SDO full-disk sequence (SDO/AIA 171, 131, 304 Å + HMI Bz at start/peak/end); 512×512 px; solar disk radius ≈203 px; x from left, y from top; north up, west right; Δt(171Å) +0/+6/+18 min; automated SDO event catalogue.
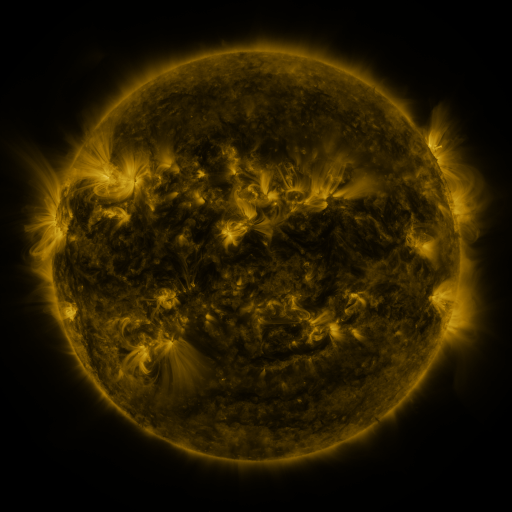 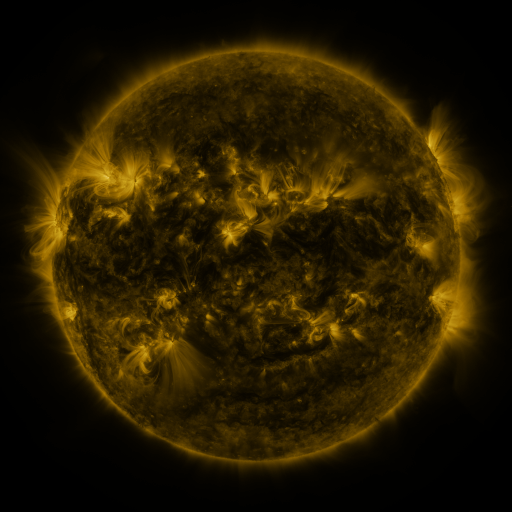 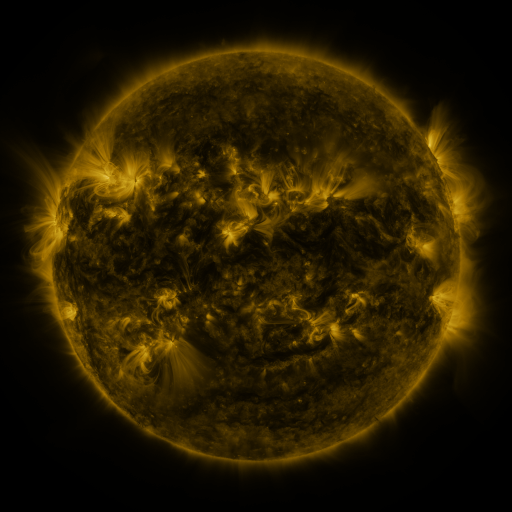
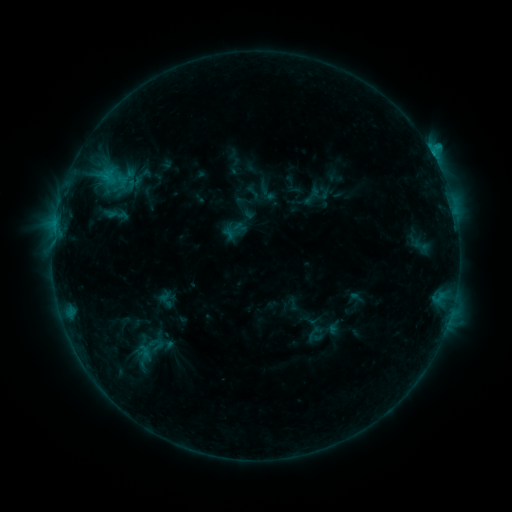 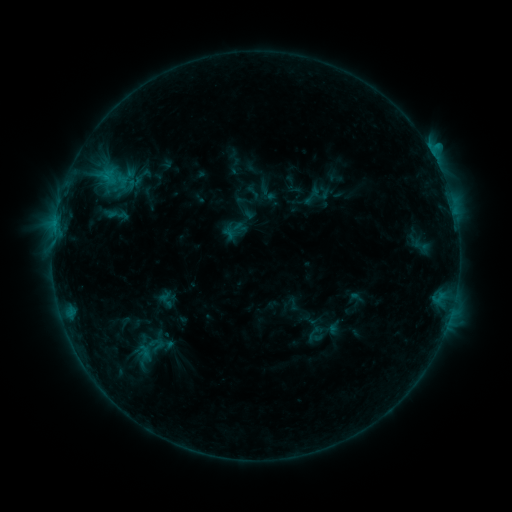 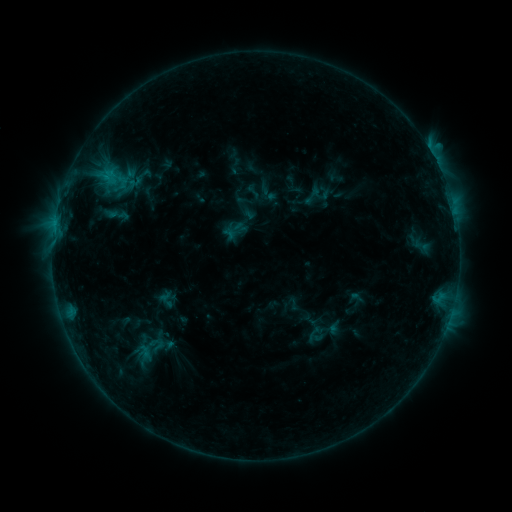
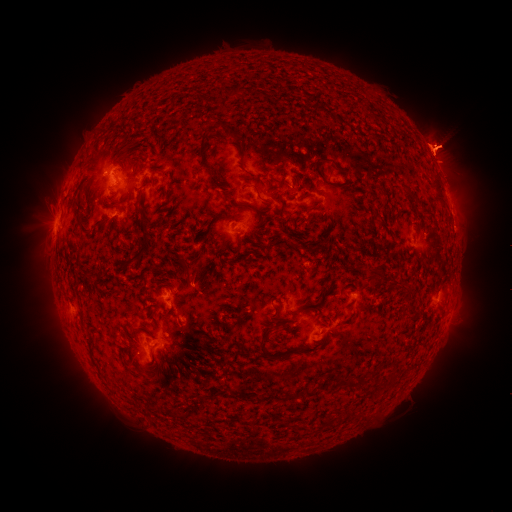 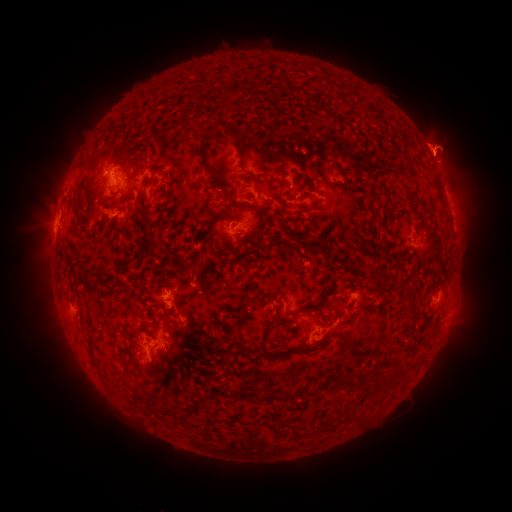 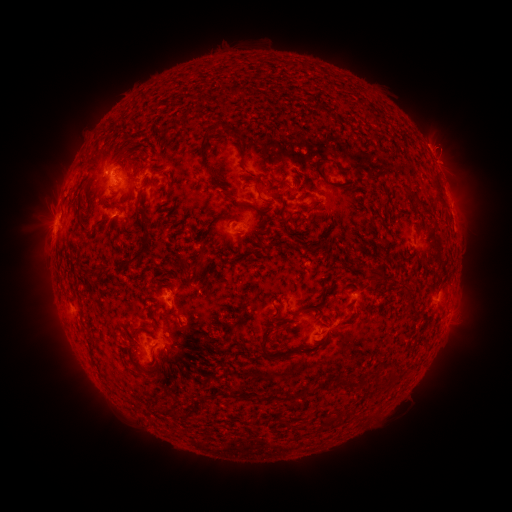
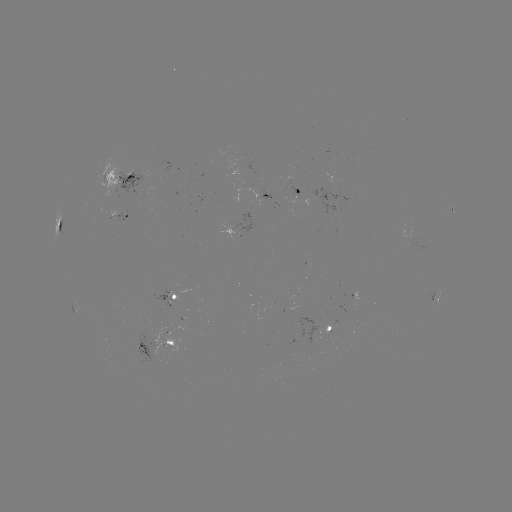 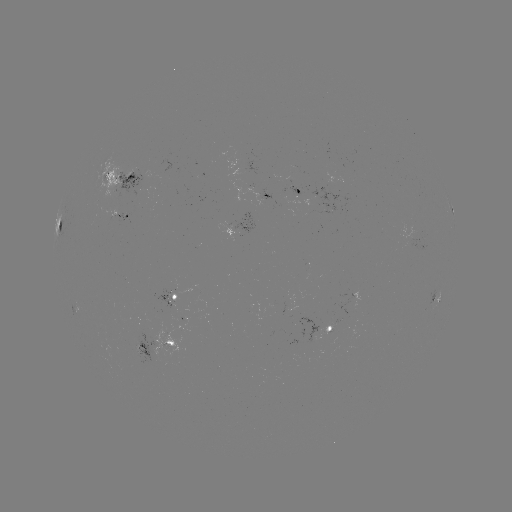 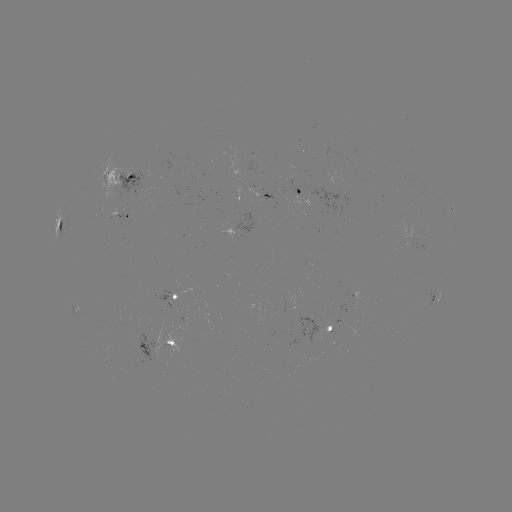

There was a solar eruption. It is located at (446, 147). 